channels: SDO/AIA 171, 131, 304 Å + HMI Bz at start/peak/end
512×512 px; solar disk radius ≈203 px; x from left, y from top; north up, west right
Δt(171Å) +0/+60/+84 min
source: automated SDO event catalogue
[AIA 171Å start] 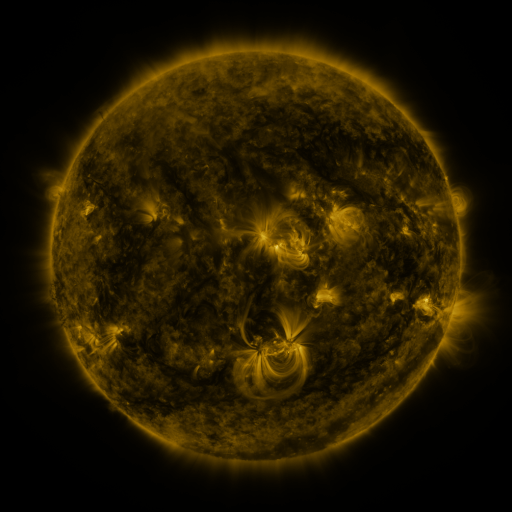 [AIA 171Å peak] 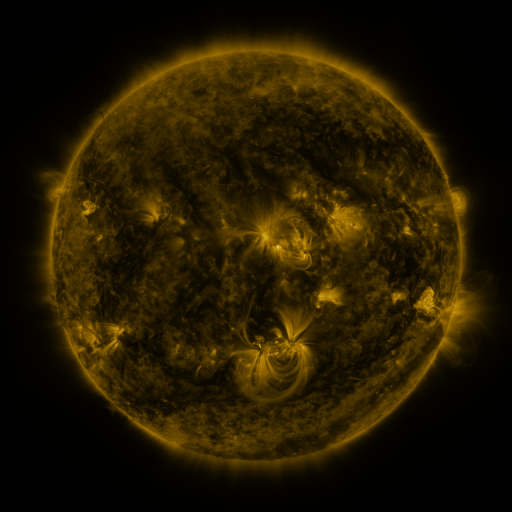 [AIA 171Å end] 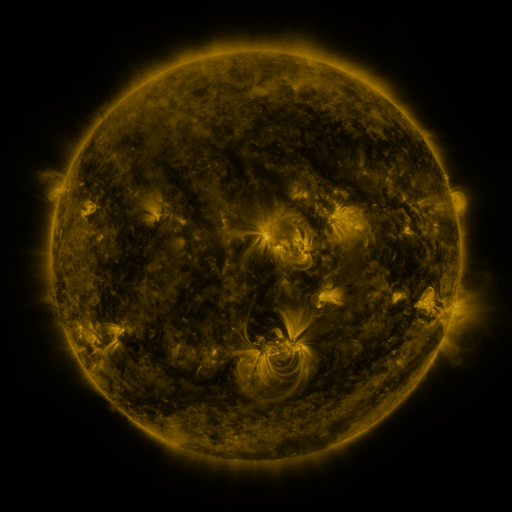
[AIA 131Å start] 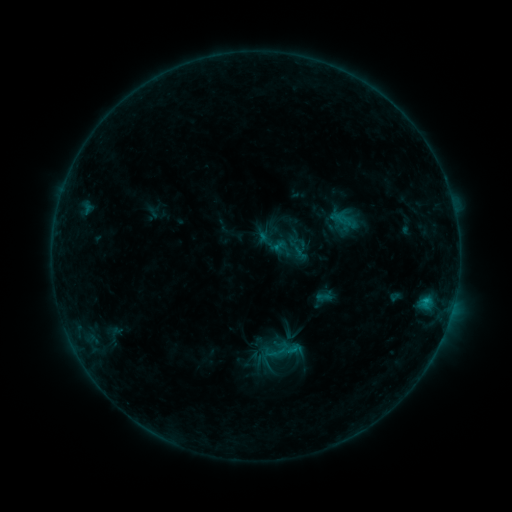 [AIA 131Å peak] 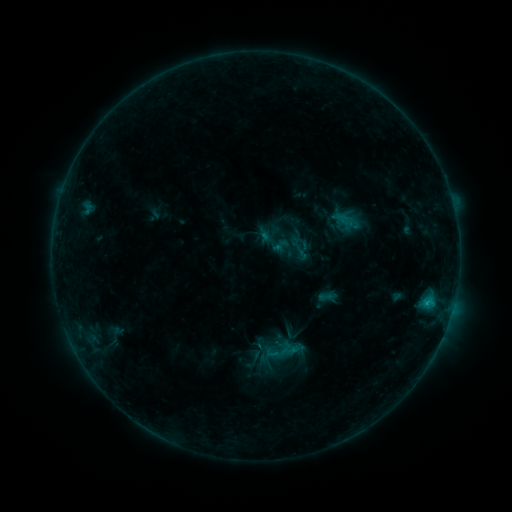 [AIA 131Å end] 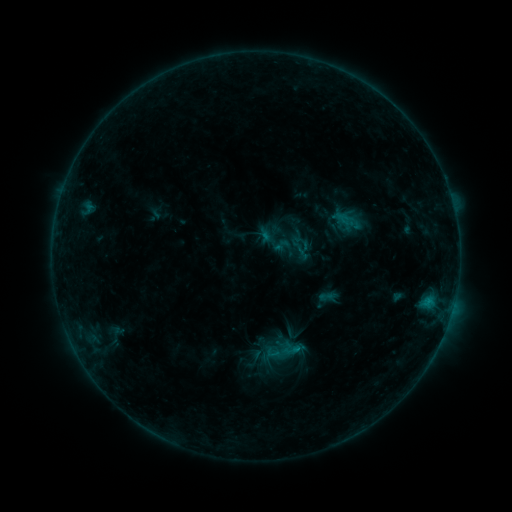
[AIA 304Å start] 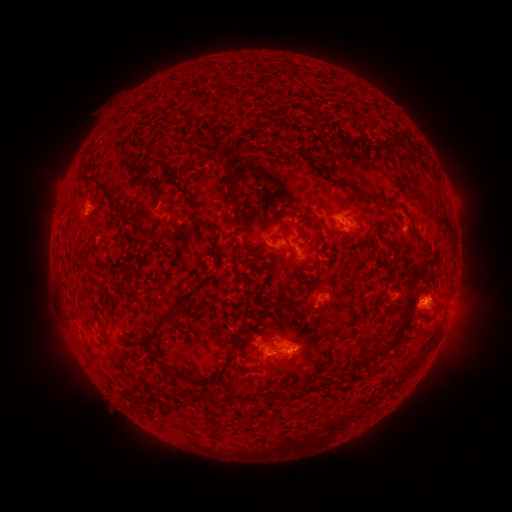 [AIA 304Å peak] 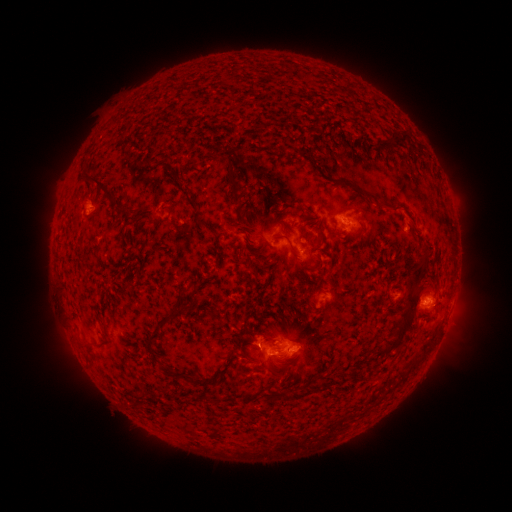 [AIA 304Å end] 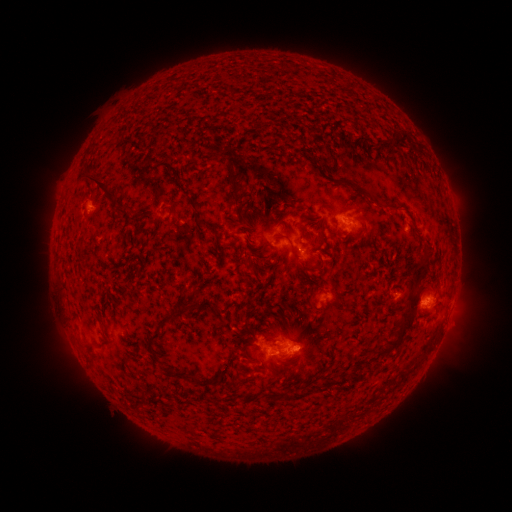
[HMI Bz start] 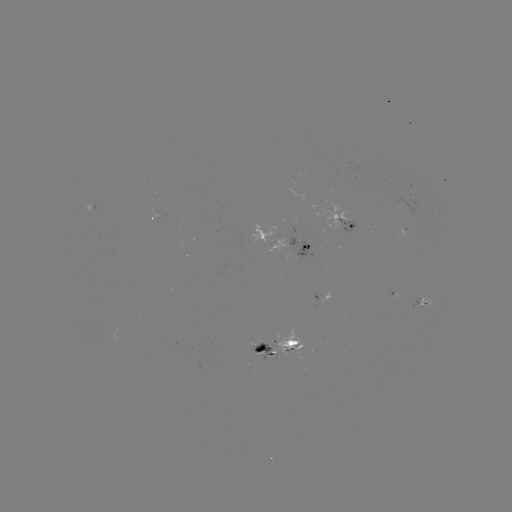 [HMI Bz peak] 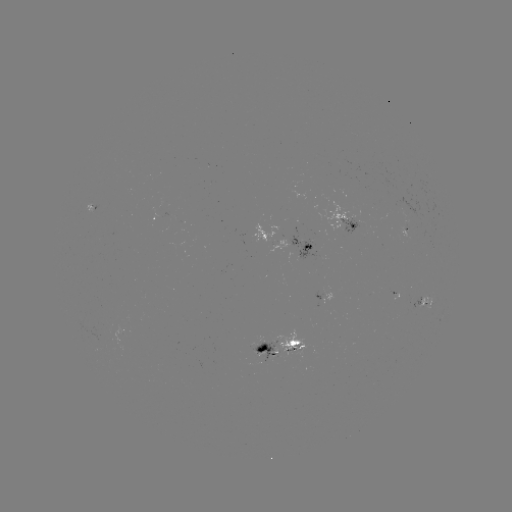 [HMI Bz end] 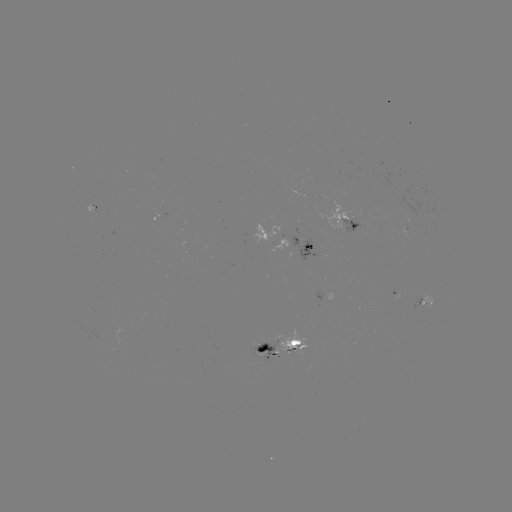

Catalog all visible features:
emerging-flux region: (301, 254)
